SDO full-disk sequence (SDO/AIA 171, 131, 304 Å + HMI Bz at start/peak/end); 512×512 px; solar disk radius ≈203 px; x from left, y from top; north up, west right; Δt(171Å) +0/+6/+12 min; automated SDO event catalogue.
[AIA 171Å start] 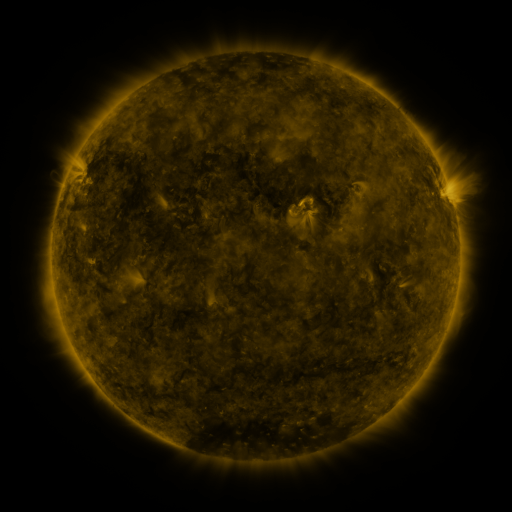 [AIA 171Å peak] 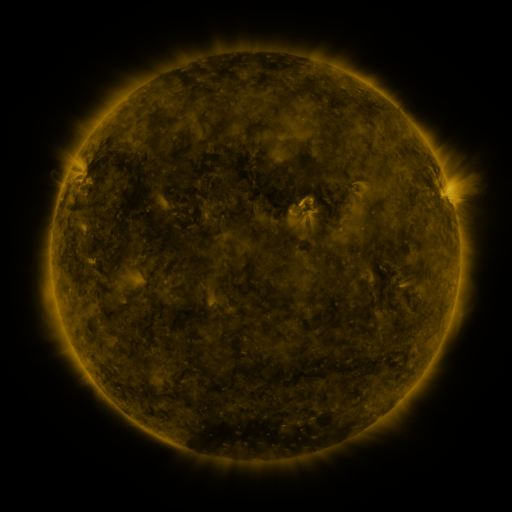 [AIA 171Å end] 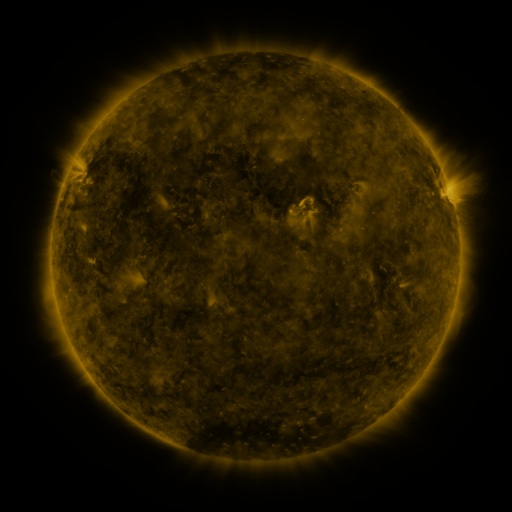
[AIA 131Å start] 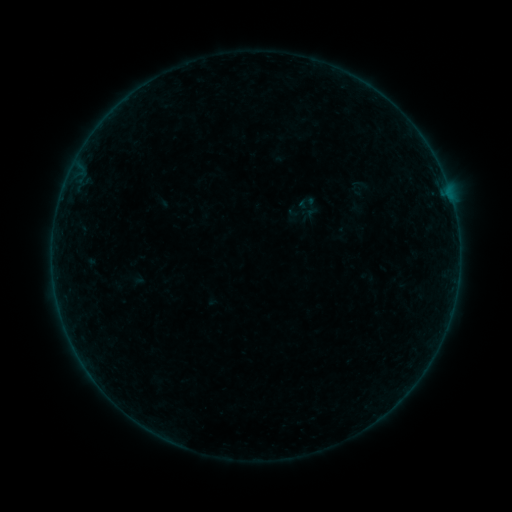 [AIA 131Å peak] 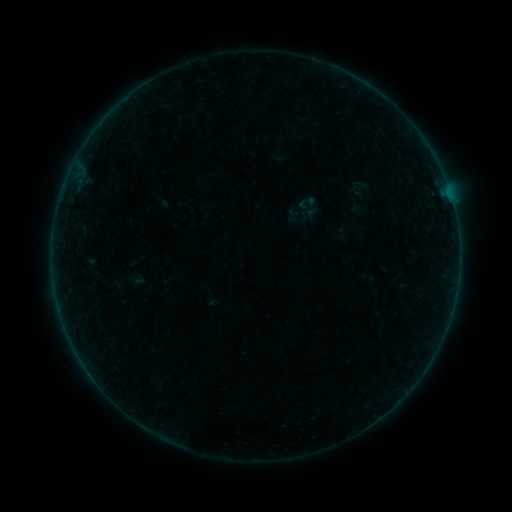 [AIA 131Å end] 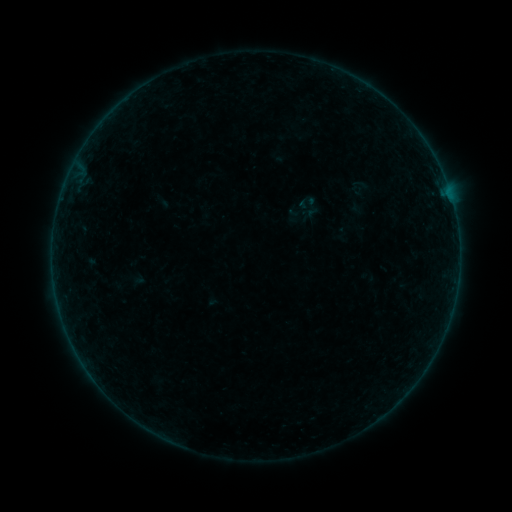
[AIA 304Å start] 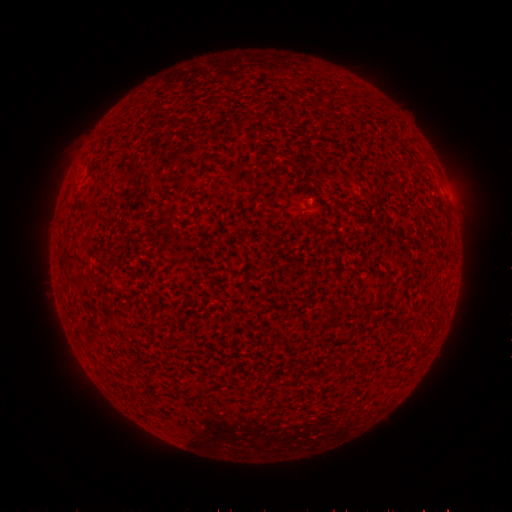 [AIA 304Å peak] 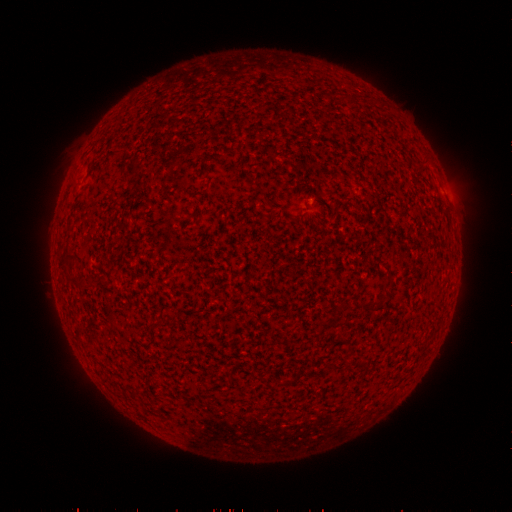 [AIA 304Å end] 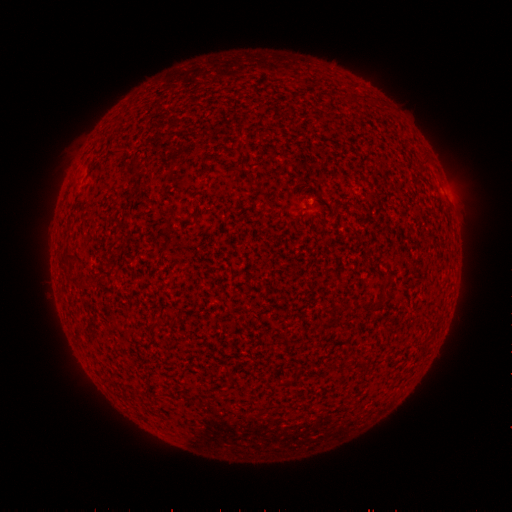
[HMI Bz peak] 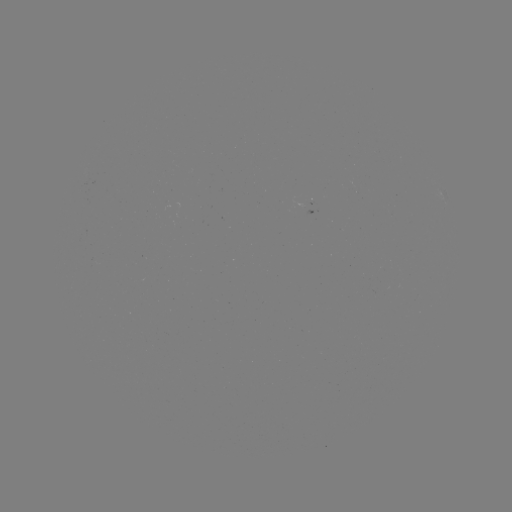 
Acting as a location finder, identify B1.9 flare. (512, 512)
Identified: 452,205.